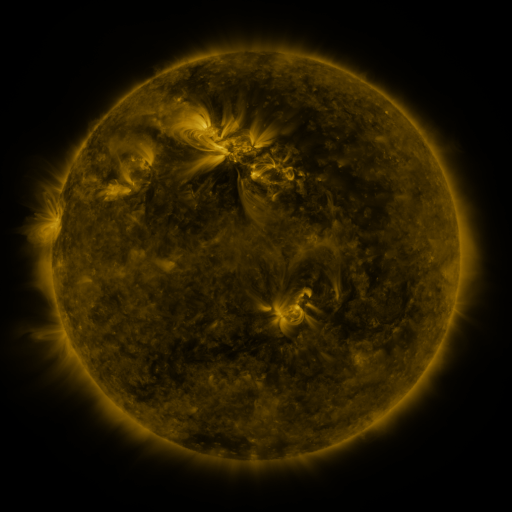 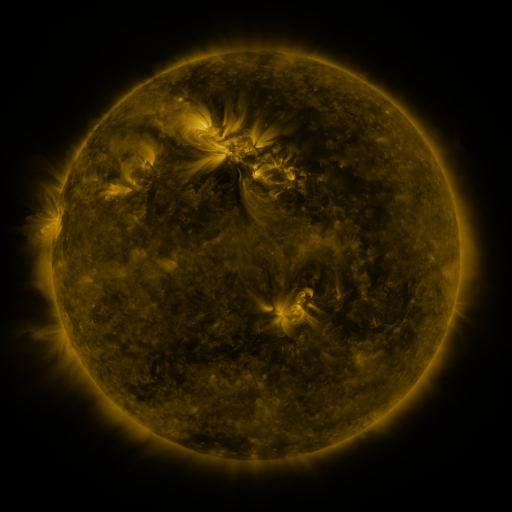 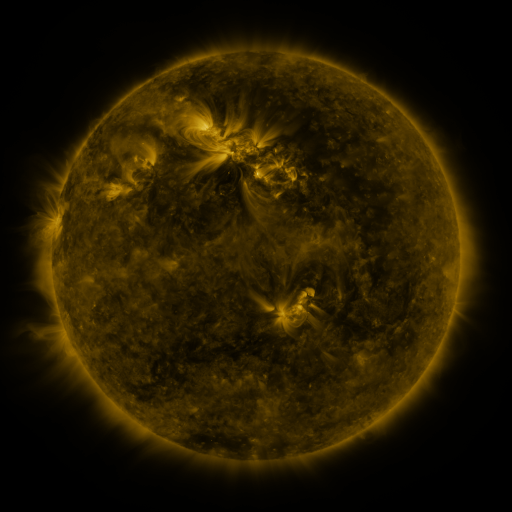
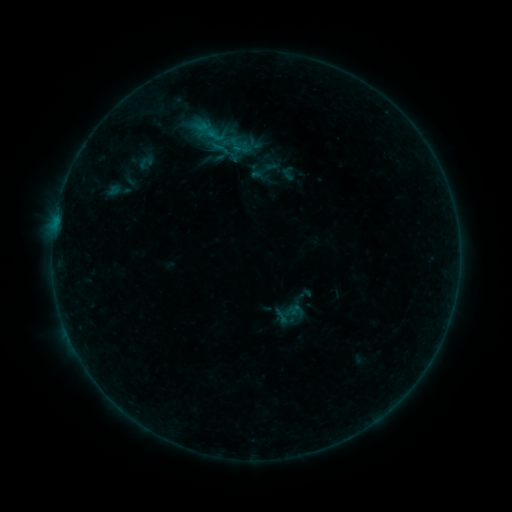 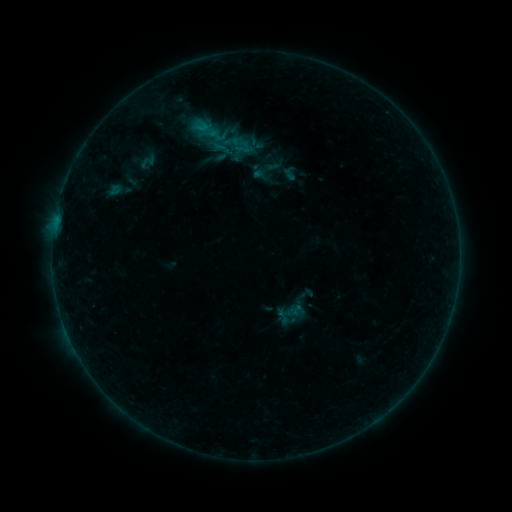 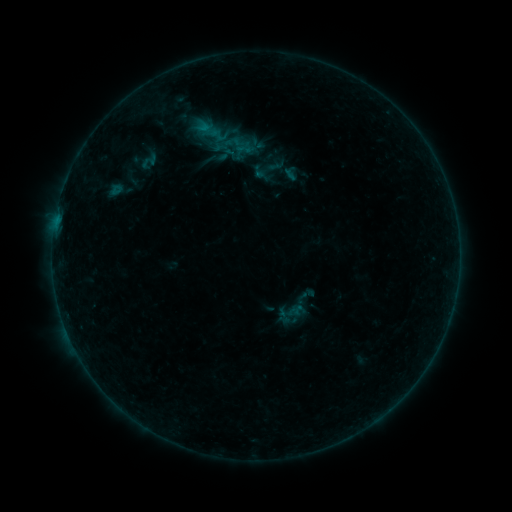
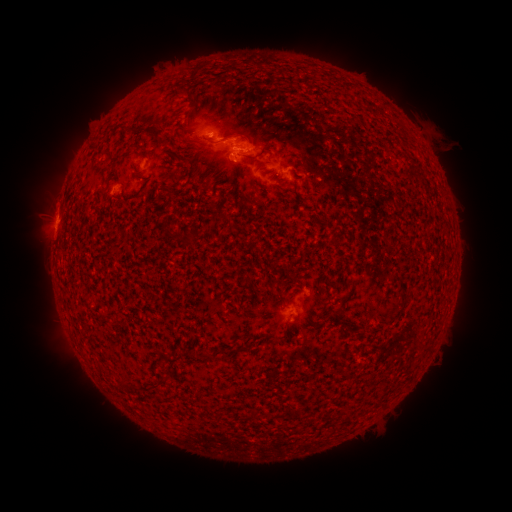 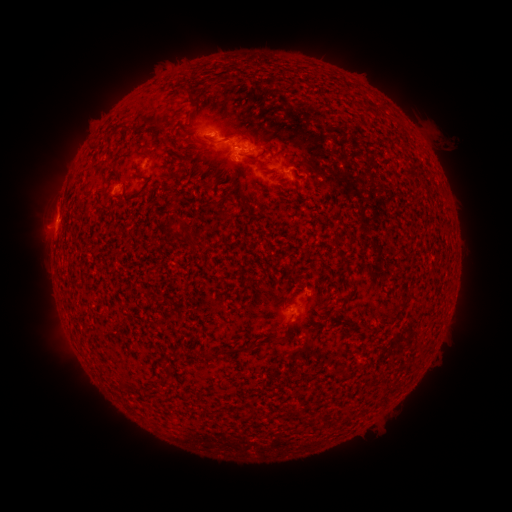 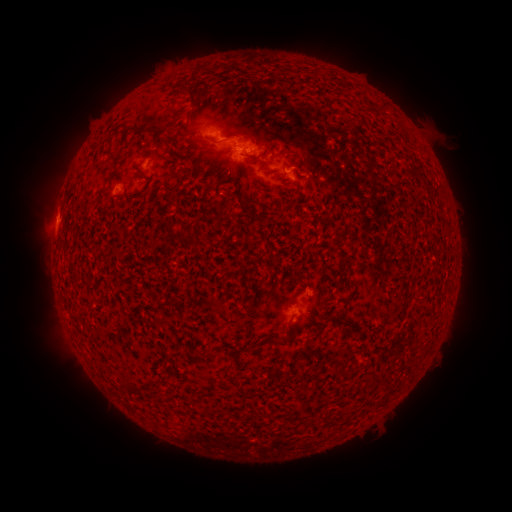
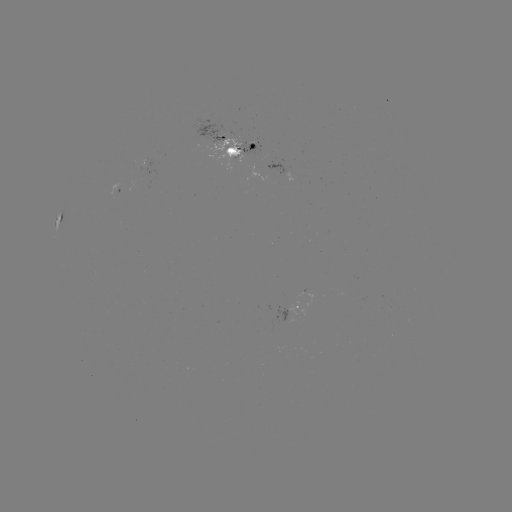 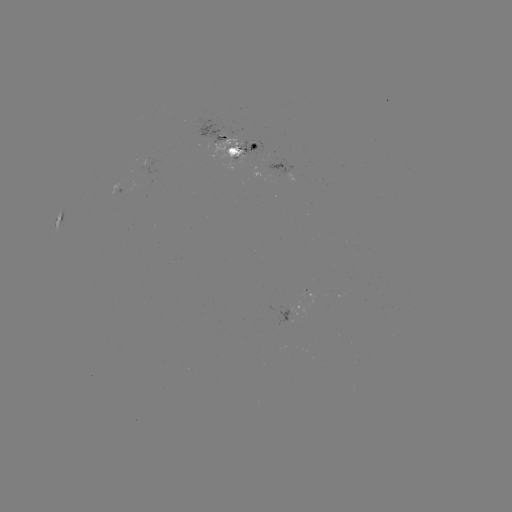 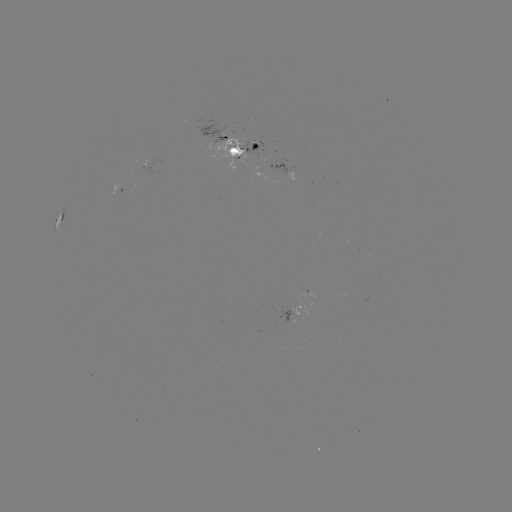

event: emerging-flux region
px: (235, 149)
